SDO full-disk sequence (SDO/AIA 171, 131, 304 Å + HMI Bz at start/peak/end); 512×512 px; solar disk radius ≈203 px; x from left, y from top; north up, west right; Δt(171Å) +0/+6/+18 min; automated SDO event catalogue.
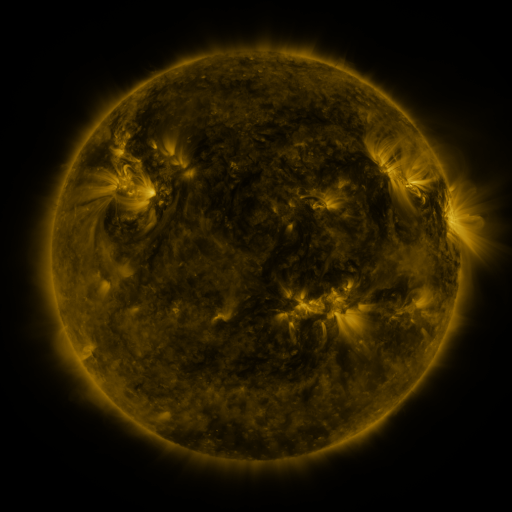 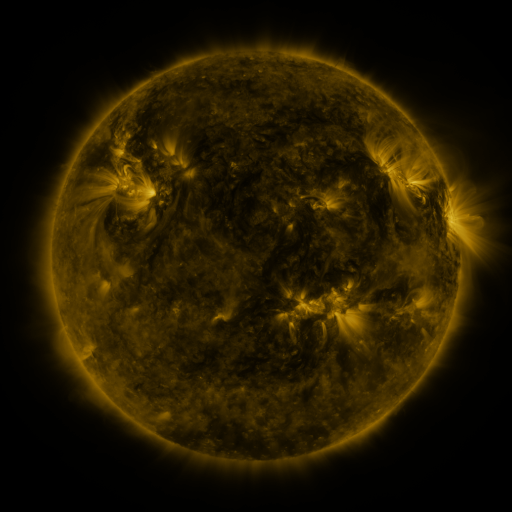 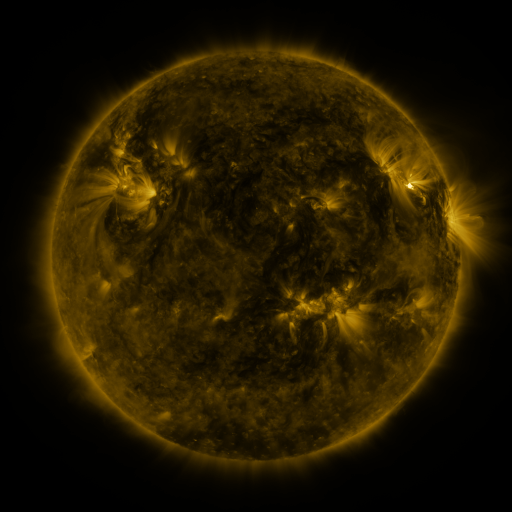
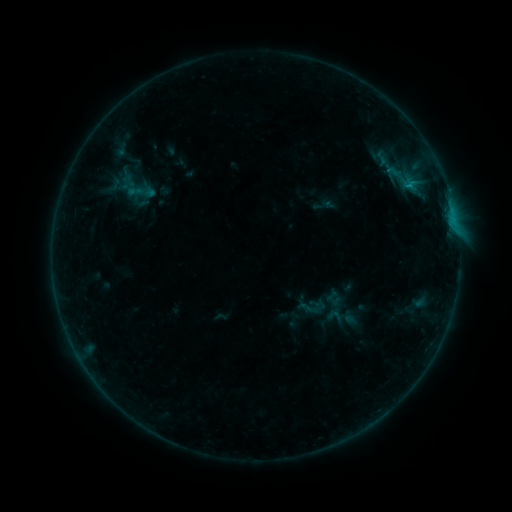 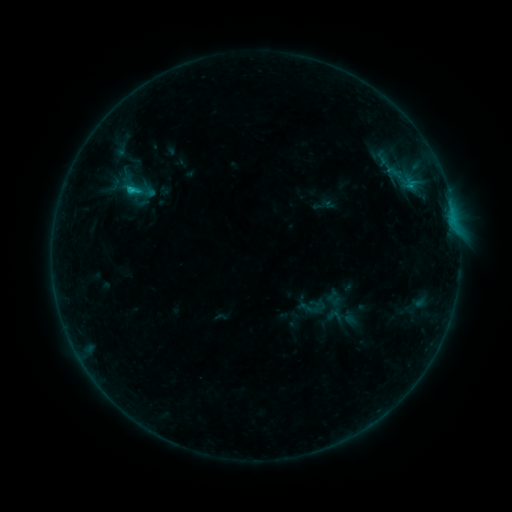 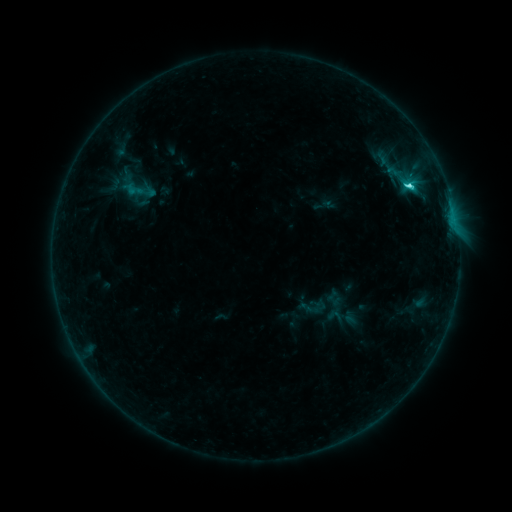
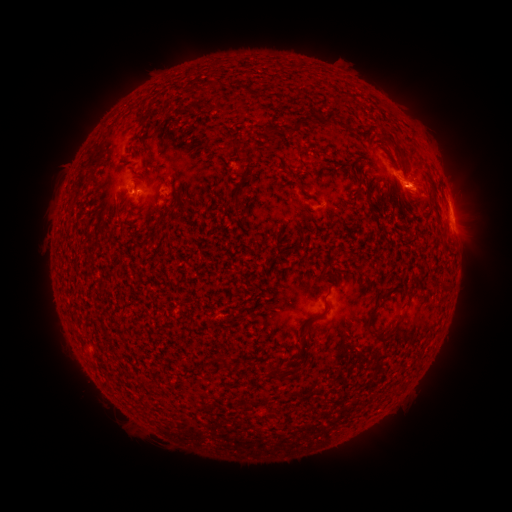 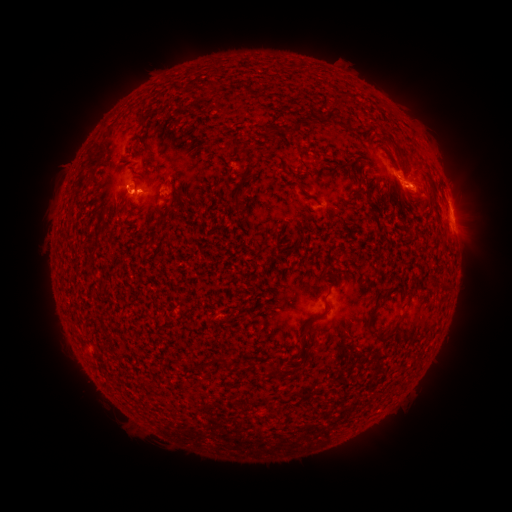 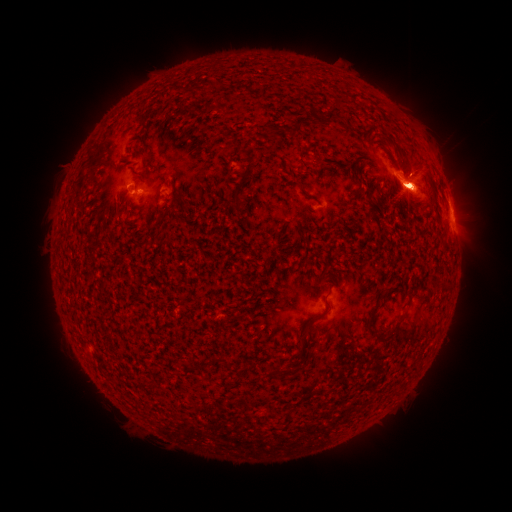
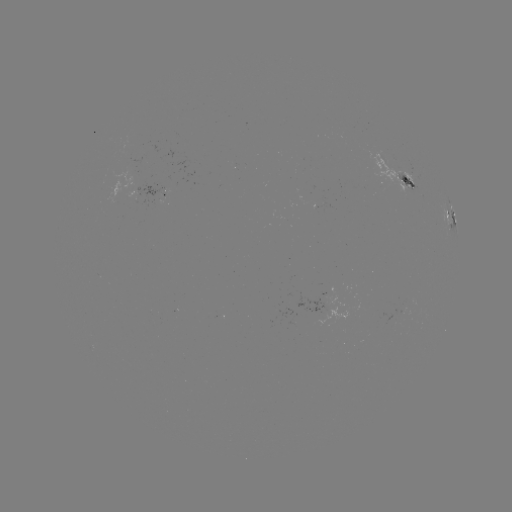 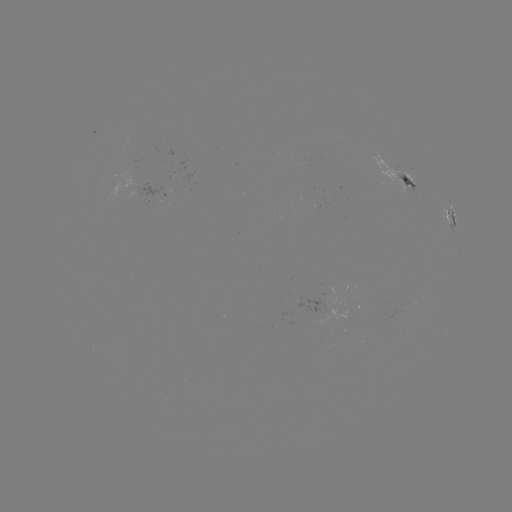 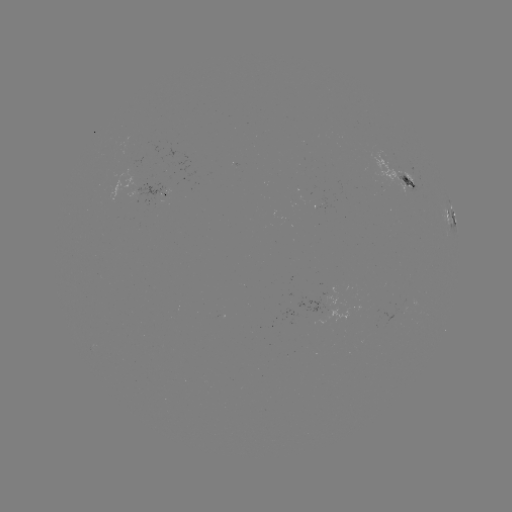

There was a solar flare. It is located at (133, 190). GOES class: C5.2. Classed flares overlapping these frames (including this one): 1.